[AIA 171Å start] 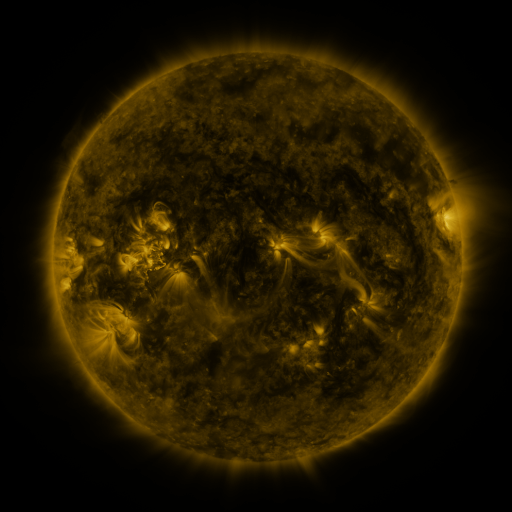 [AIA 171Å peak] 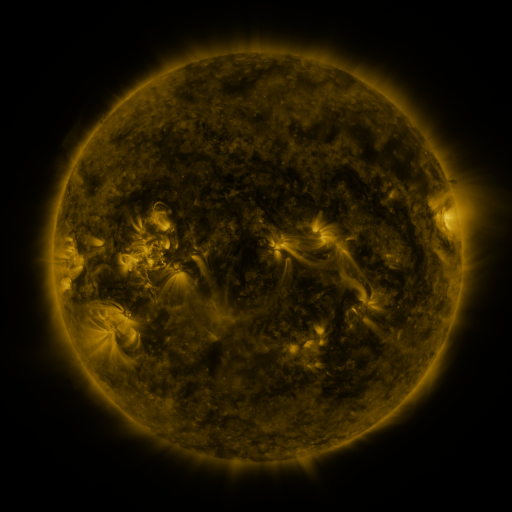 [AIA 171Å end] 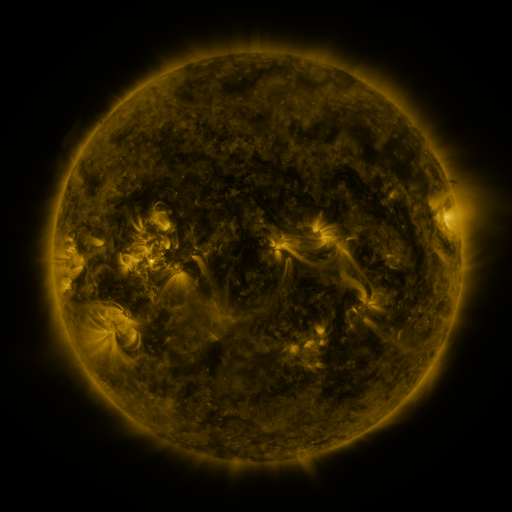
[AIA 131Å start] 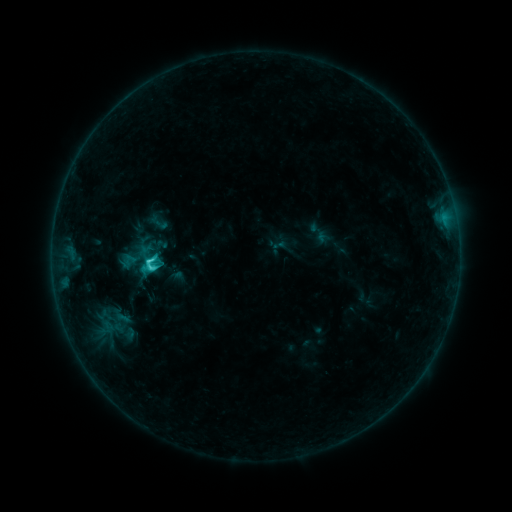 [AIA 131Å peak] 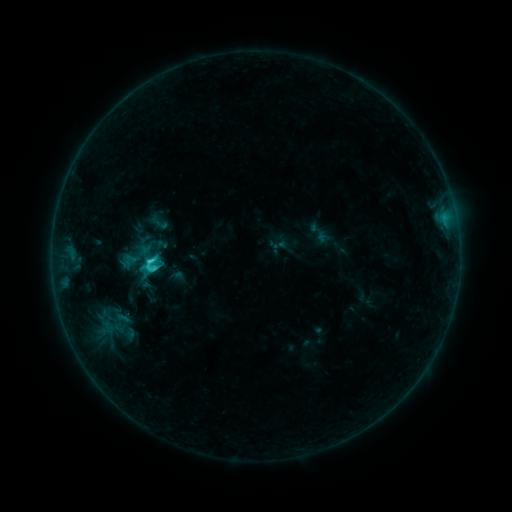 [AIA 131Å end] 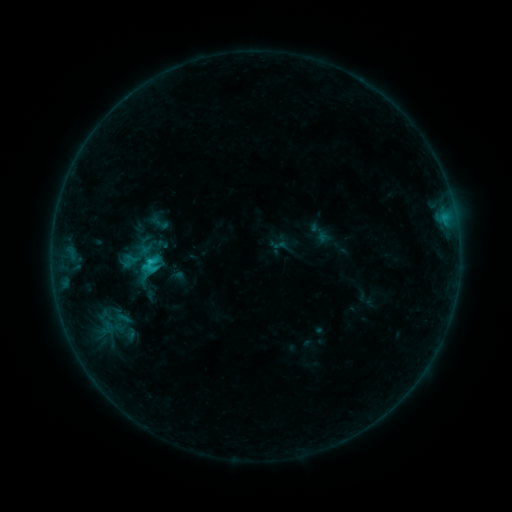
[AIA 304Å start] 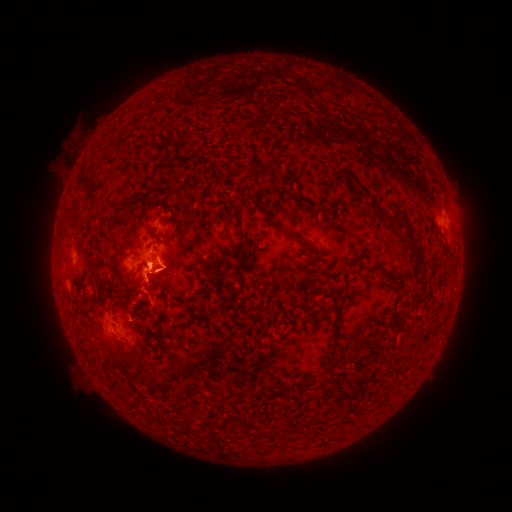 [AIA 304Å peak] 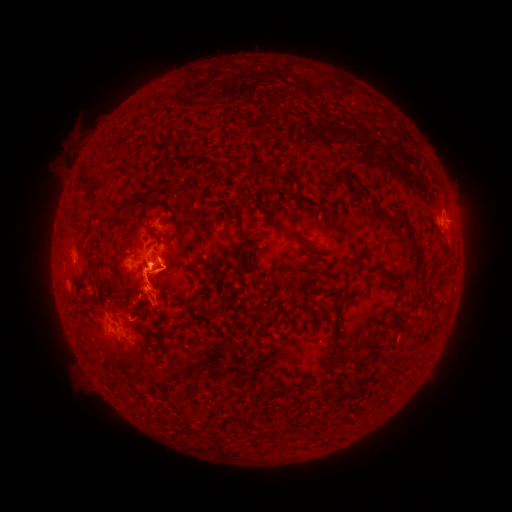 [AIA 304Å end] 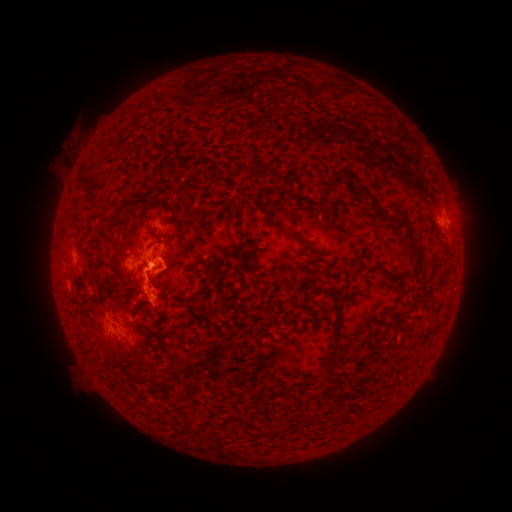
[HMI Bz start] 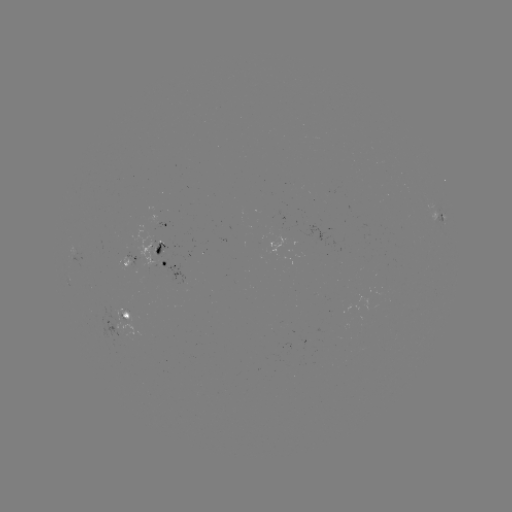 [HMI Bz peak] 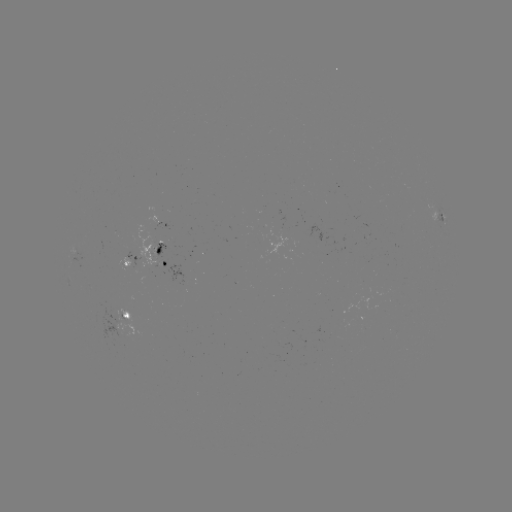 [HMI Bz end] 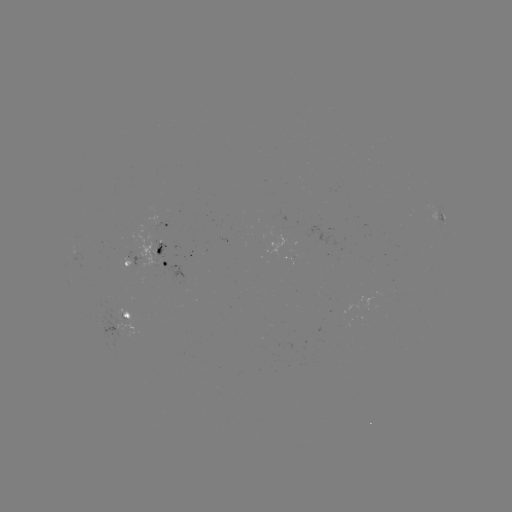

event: eruption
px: (153, 294)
